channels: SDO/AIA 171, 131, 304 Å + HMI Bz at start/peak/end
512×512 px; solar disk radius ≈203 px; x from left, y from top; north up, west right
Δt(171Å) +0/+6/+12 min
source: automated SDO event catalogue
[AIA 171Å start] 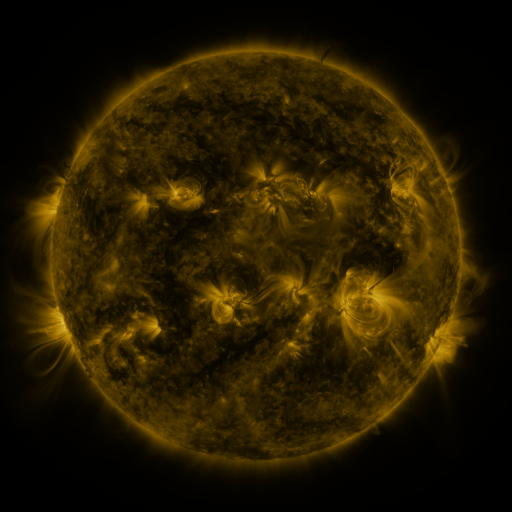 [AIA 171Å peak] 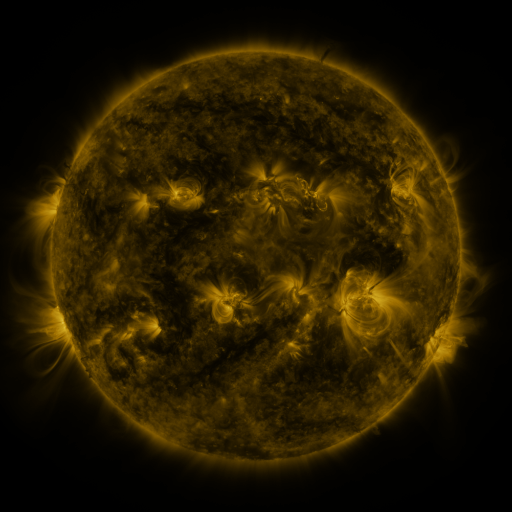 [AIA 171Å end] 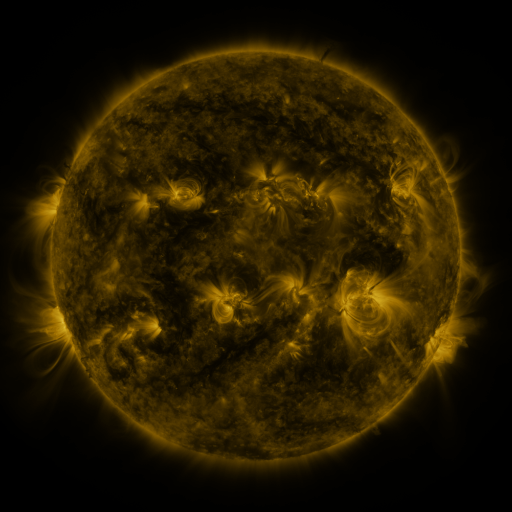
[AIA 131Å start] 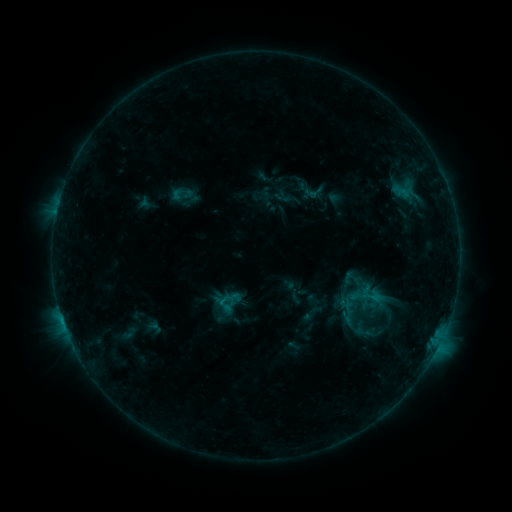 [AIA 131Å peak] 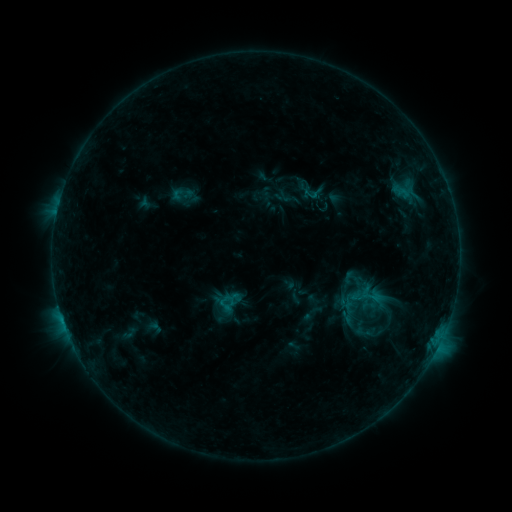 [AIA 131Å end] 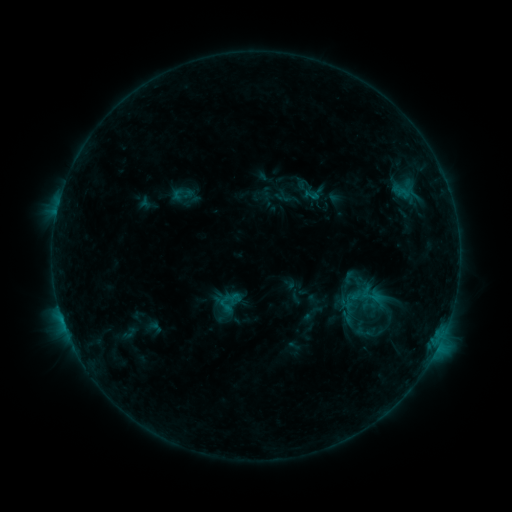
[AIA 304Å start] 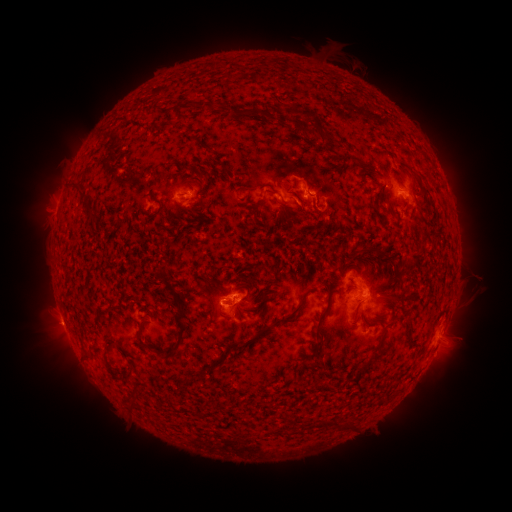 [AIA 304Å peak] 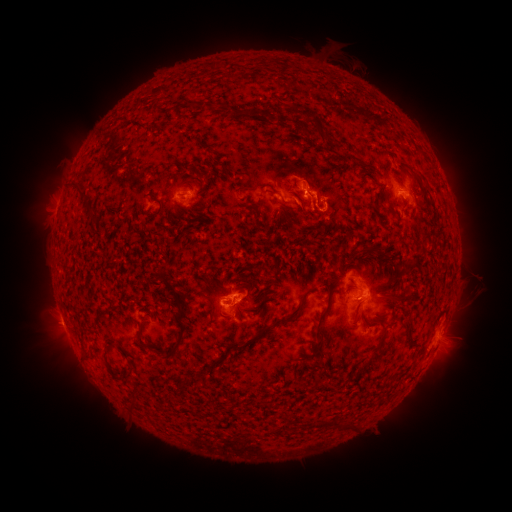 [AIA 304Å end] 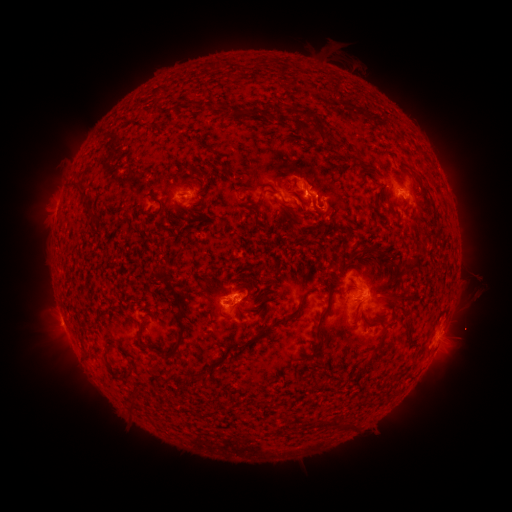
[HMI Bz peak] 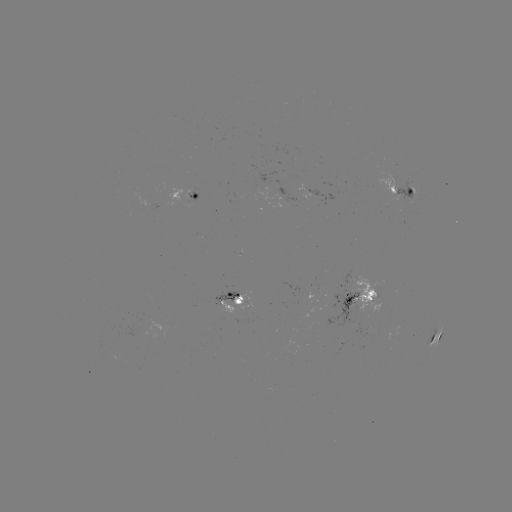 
nothing was catalogued: no classed flare, no EUV trigger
